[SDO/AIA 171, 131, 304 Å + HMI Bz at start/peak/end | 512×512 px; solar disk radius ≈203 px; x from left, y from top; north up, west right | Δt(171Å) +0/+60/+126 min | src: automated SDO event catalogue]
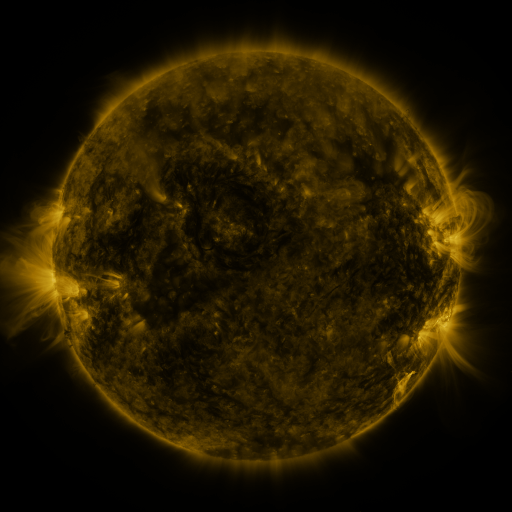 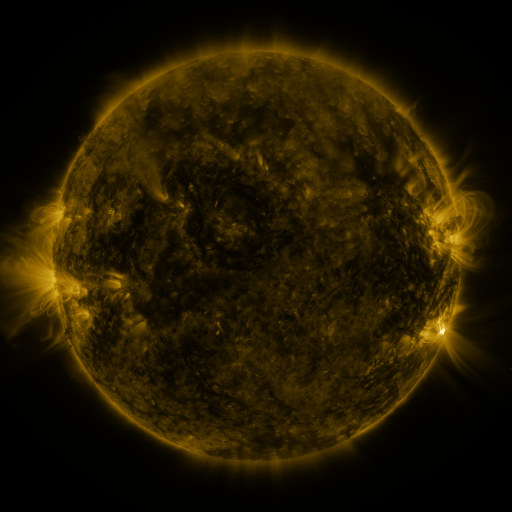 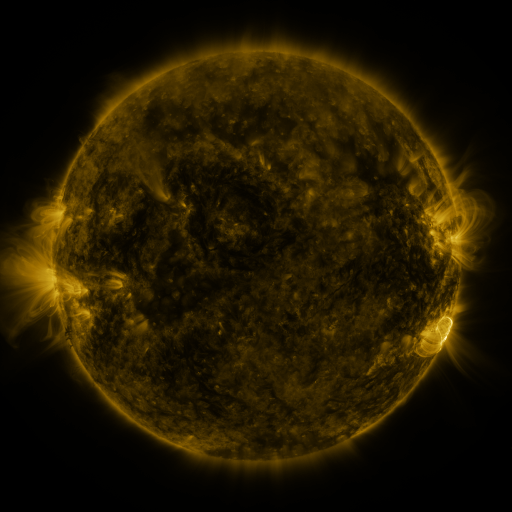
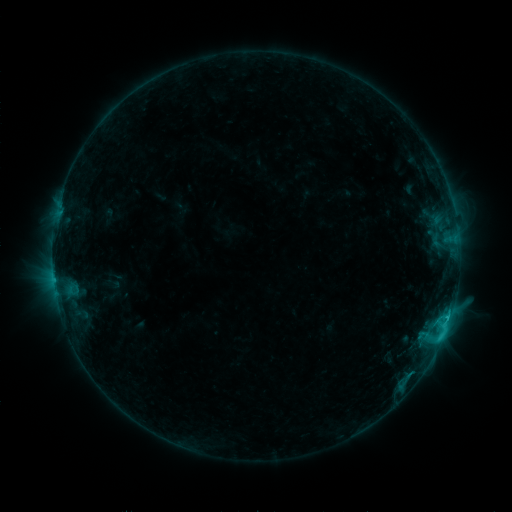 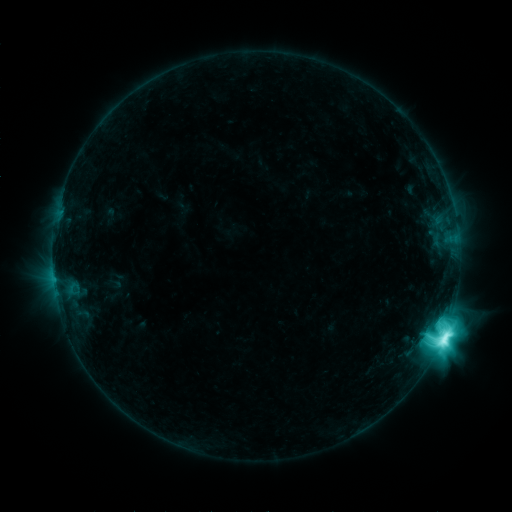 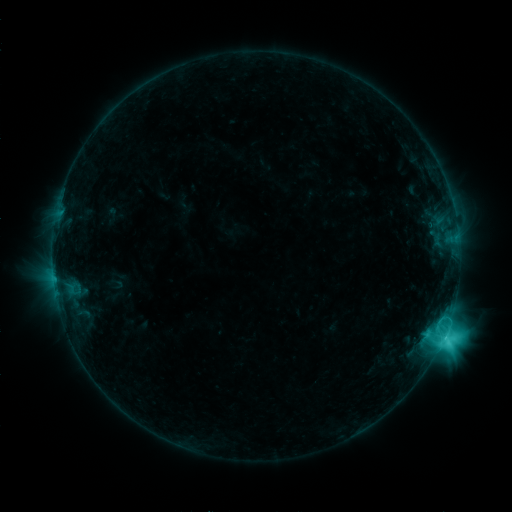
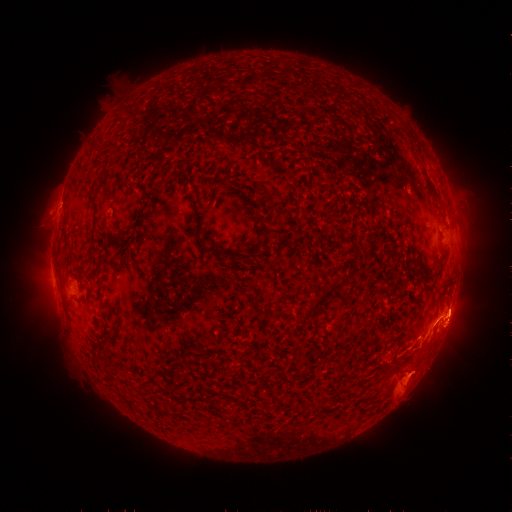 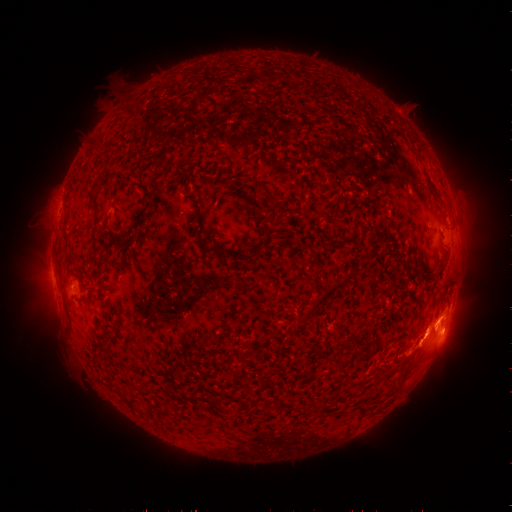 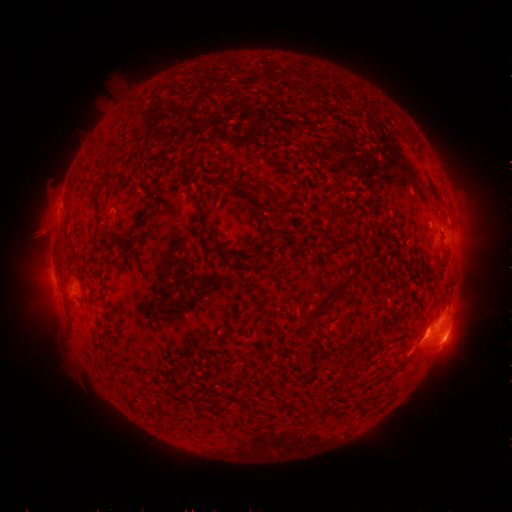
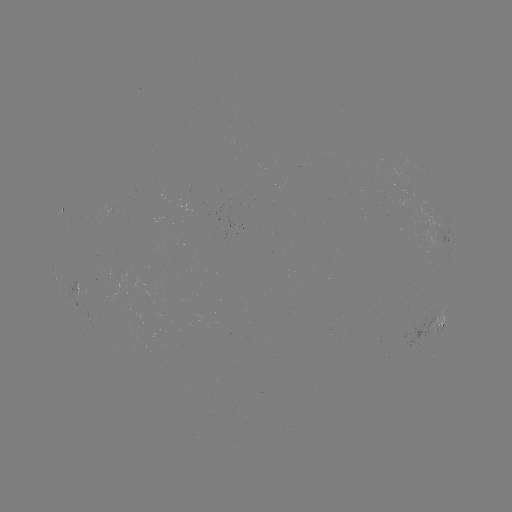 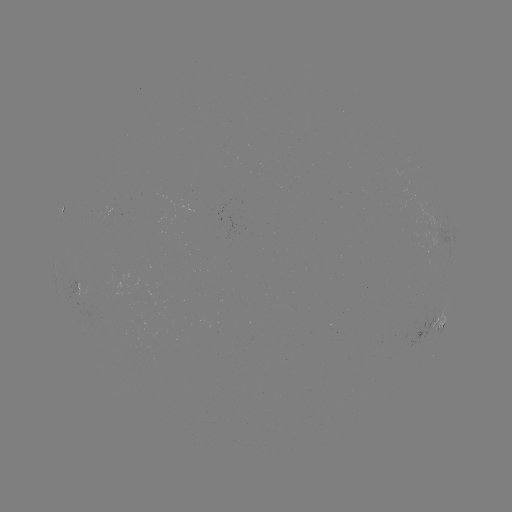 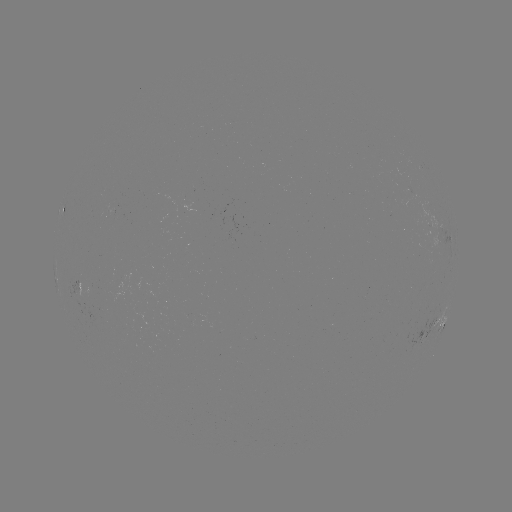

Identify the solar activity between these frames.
M2.3 flare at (438, 340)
